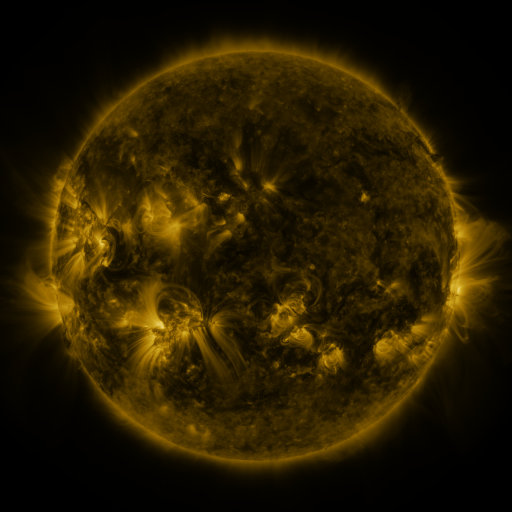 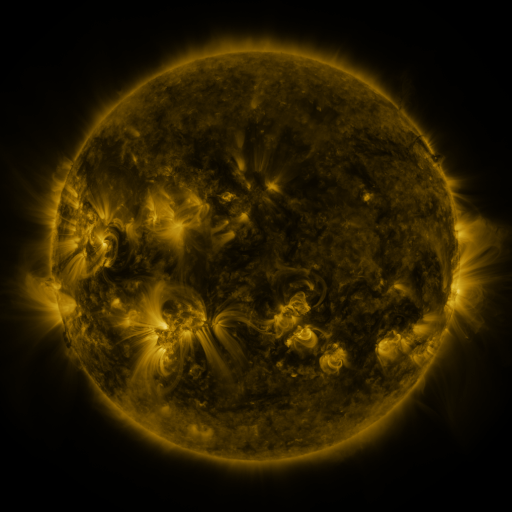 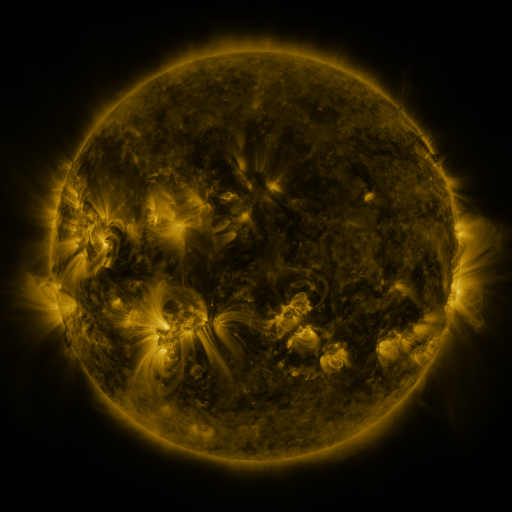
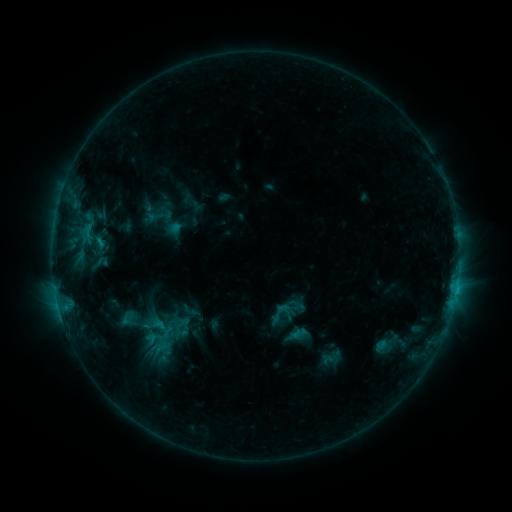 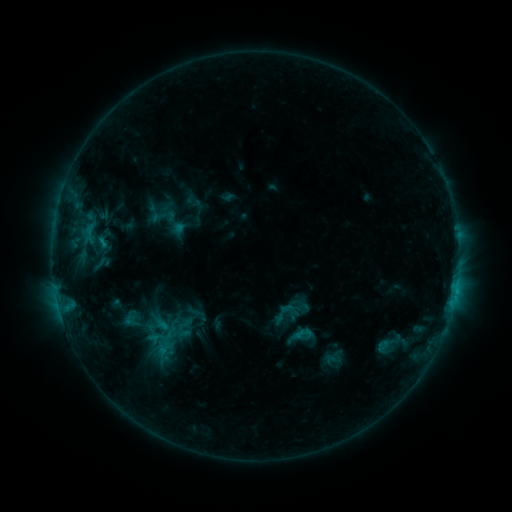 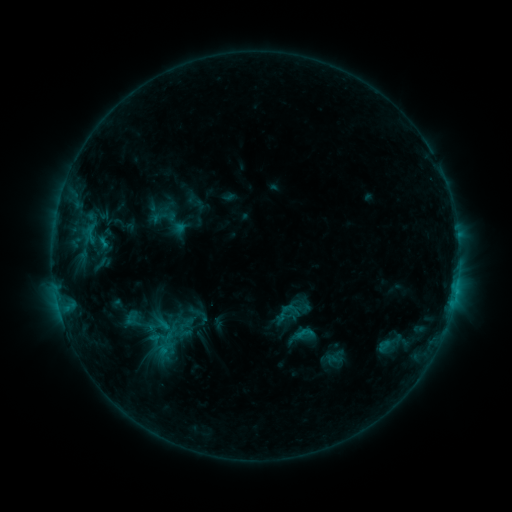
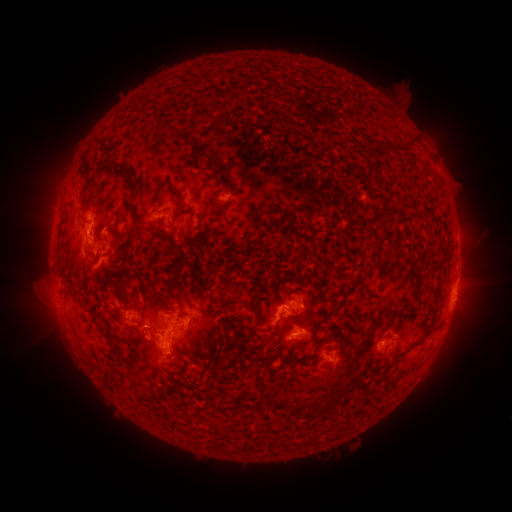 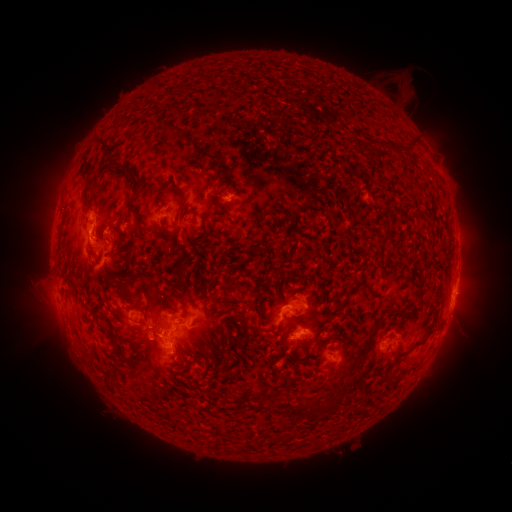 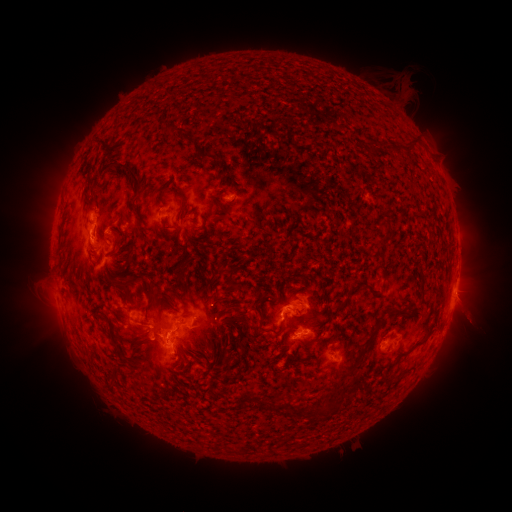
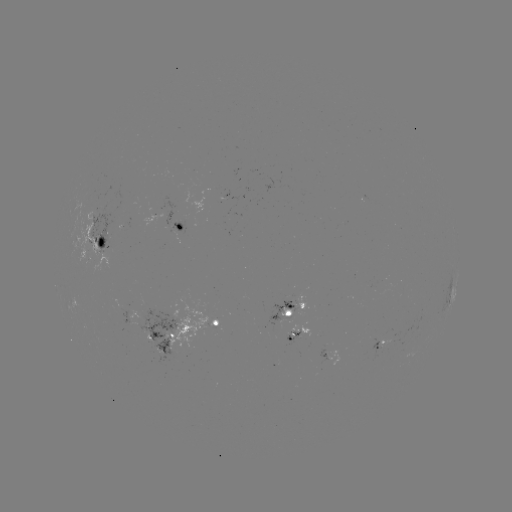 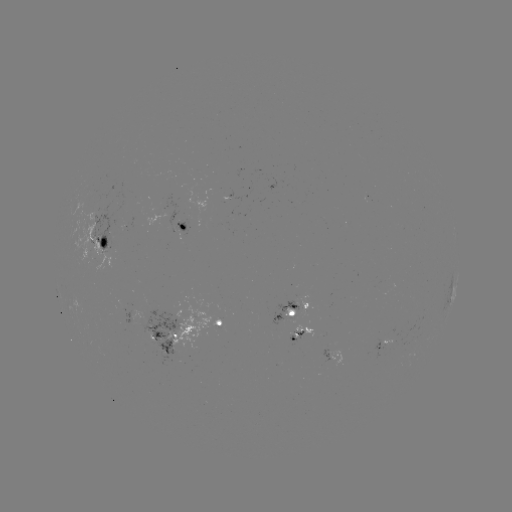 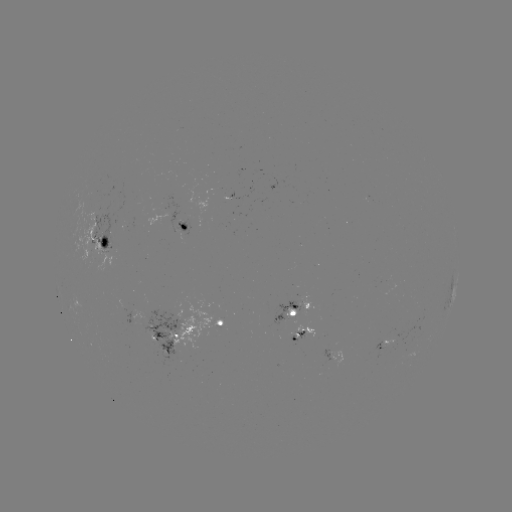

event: emerging-flux region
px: (219, 320)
